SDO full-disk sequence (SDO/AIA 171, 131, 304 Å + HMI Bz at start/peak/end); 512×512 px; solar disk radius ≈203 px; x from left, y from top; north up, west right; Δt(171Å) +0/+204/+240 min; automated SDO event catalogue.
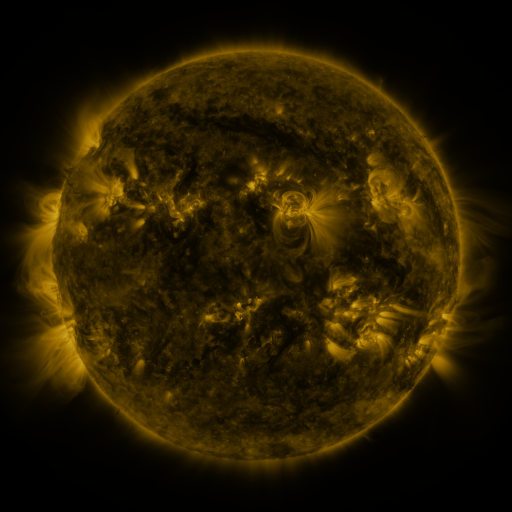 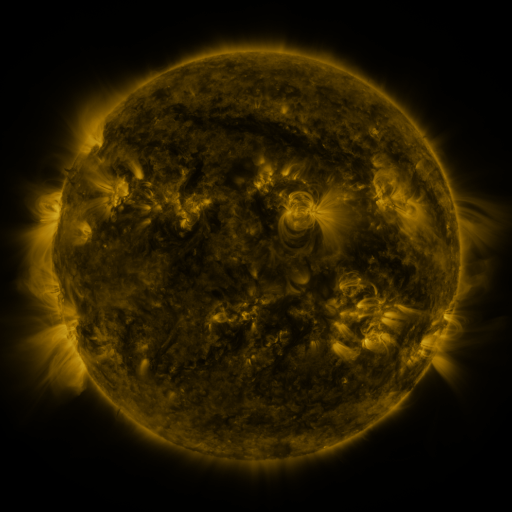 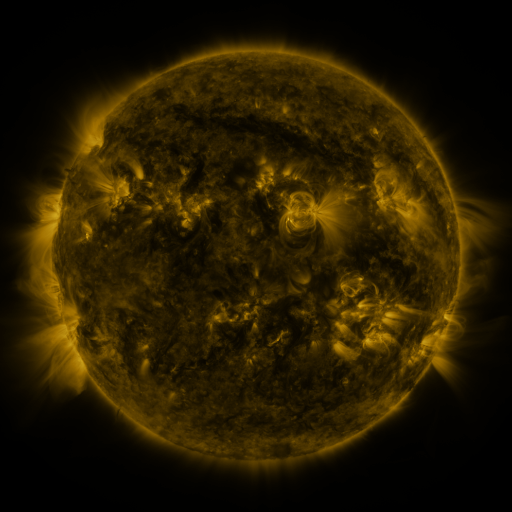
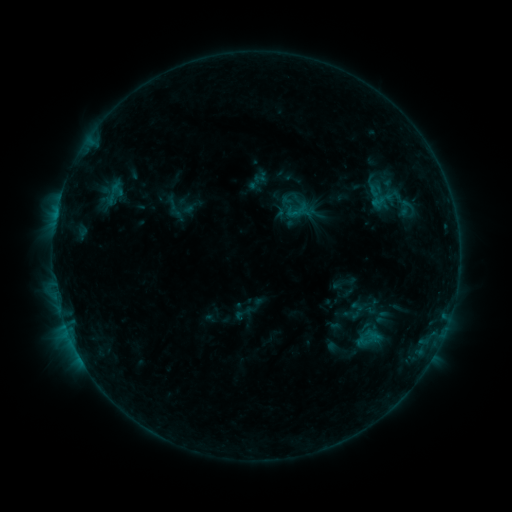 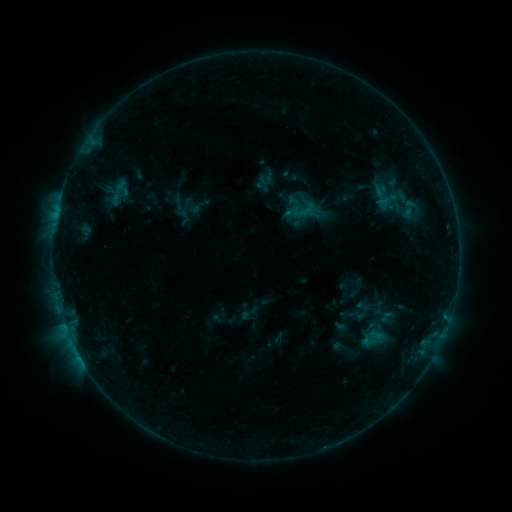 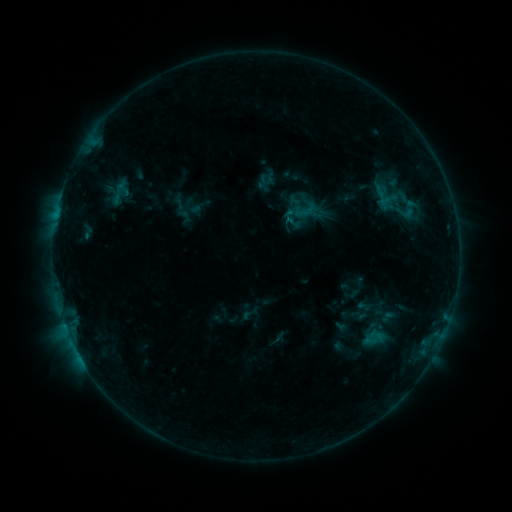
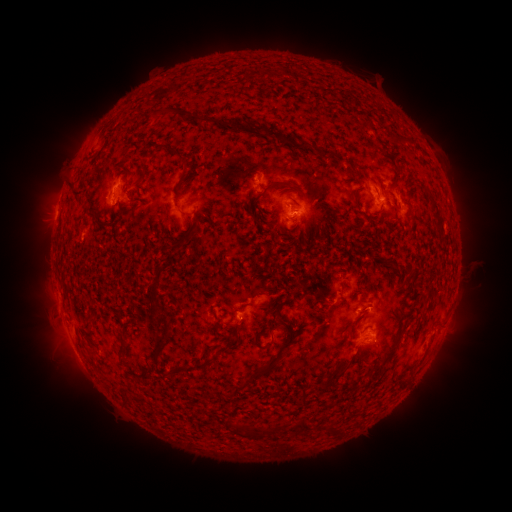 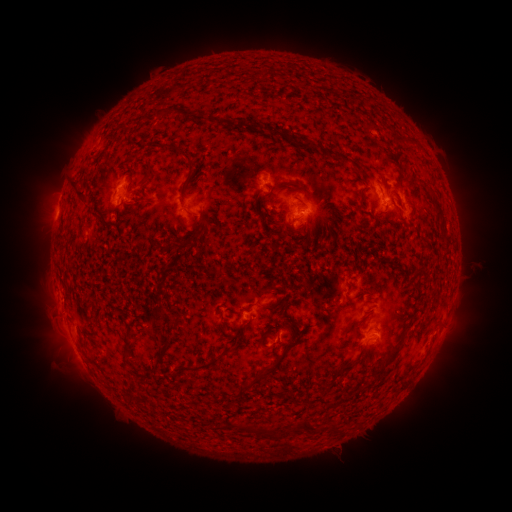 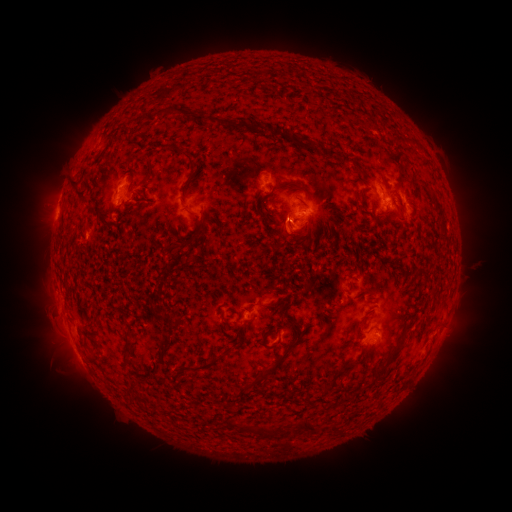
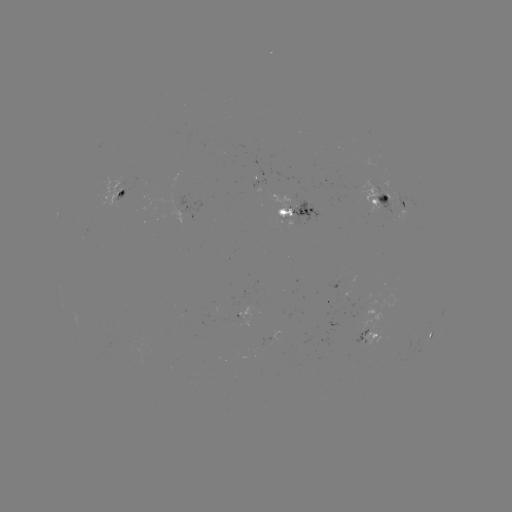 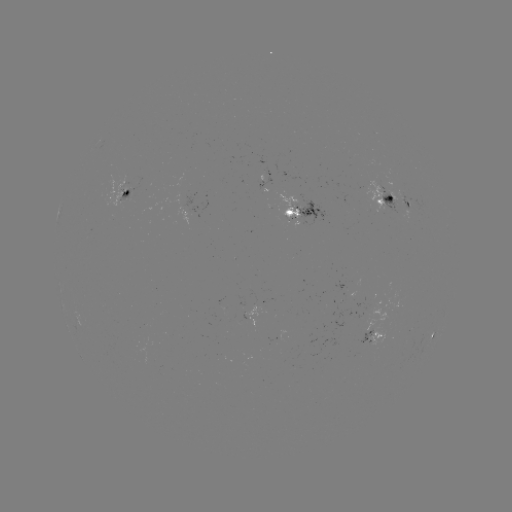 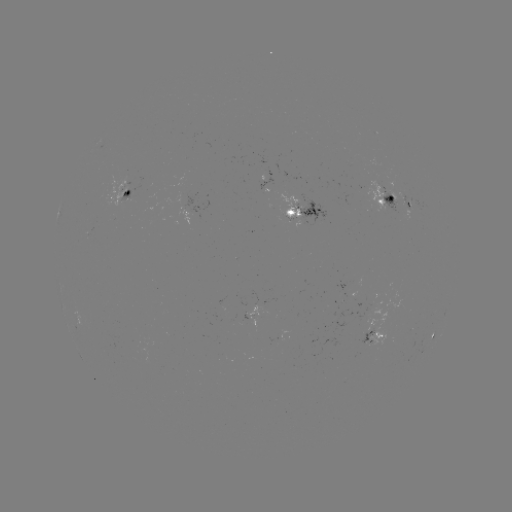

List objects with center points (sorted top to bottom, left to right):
emerging-flux region: (241, 320)
